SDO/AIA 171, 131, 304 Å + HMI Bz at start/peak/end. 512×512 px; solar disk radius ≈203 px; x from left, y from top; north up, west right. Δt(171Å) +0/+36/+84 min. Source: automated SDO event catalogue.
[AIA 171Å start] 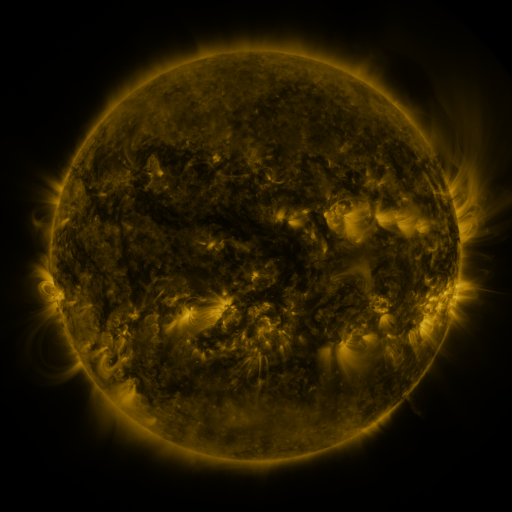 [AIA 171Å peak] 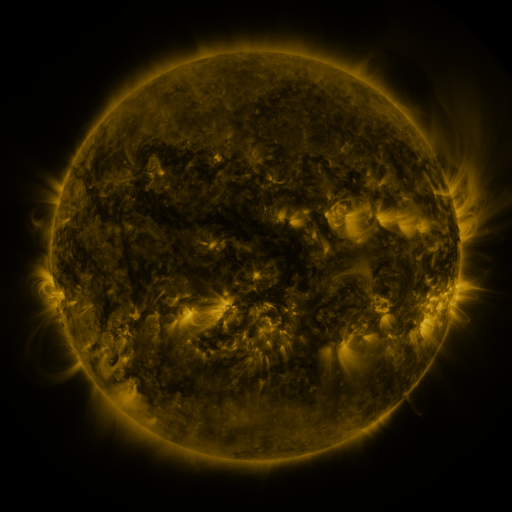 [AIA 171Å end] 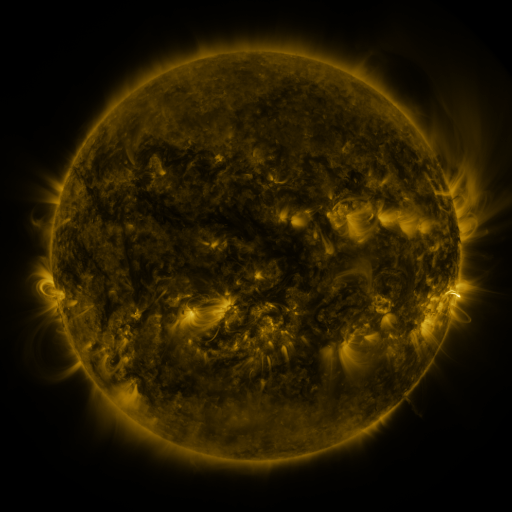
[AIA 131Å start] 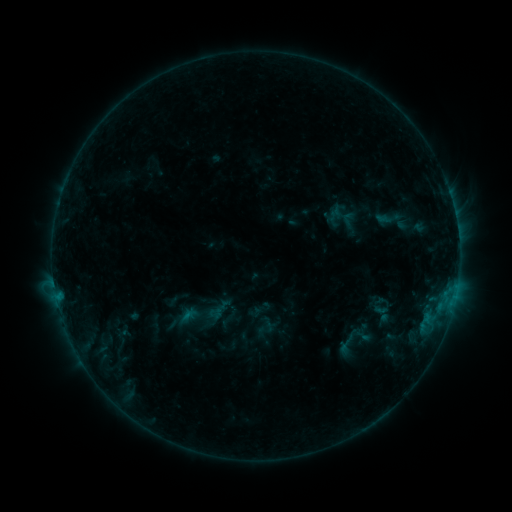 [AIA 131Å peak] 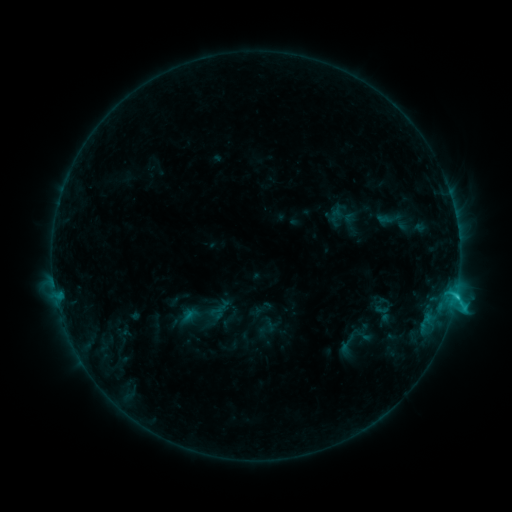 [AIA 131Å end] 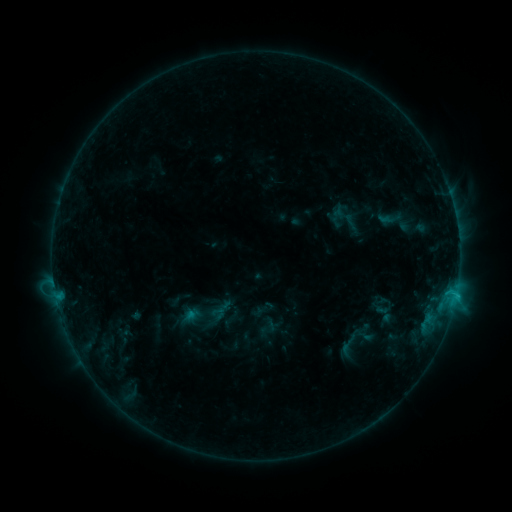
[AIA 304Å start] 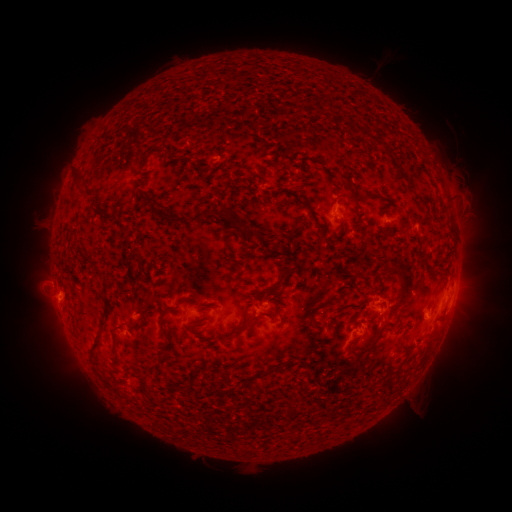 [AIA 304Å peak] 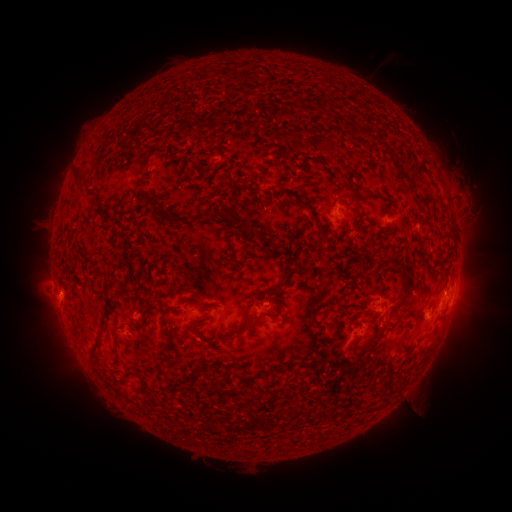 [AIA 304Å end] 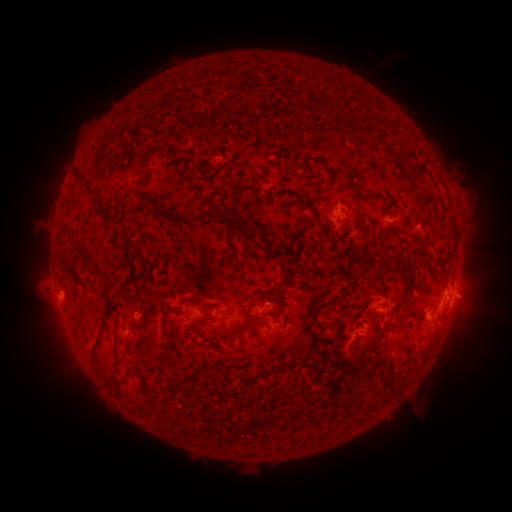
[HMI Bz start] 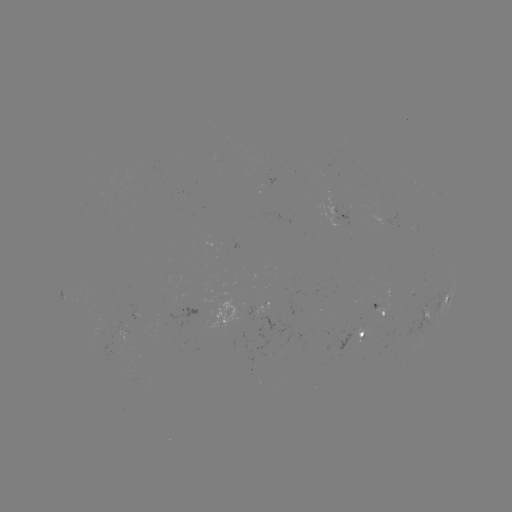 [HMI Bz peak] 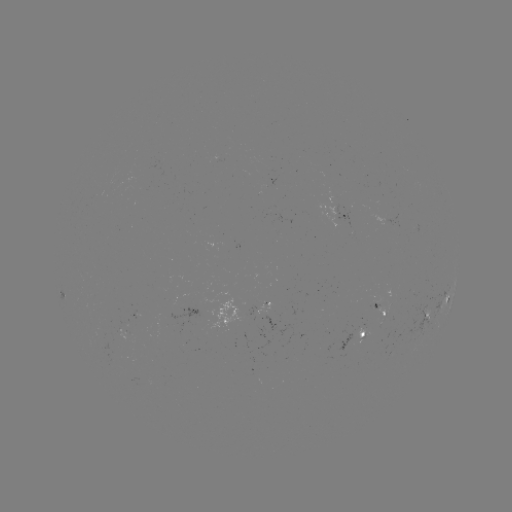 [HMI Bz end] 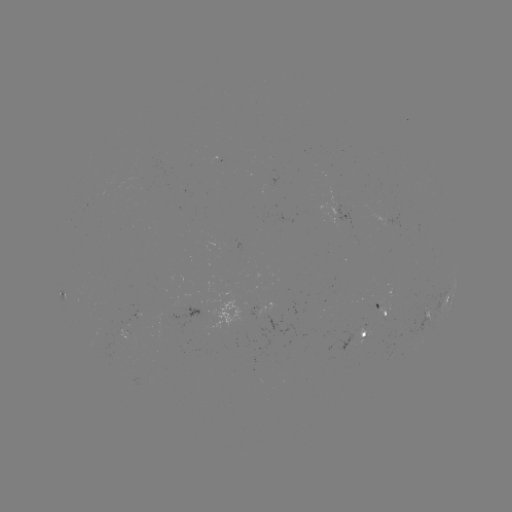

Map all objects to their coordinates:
C1.9 flare: (455, 294)
